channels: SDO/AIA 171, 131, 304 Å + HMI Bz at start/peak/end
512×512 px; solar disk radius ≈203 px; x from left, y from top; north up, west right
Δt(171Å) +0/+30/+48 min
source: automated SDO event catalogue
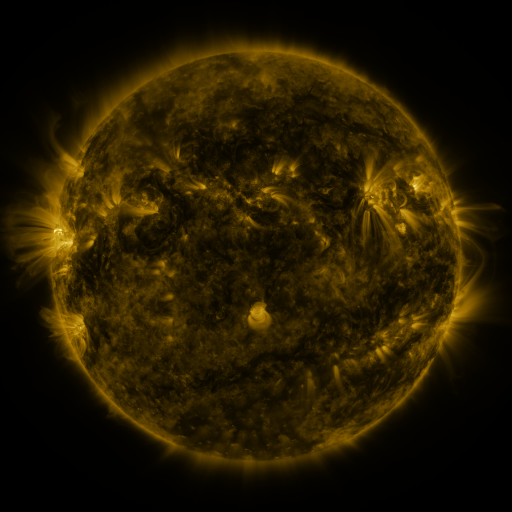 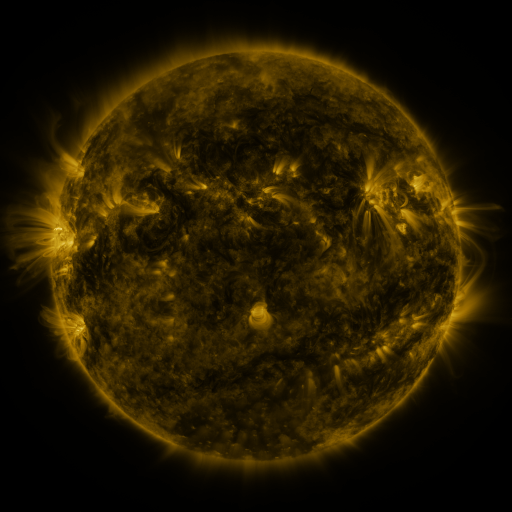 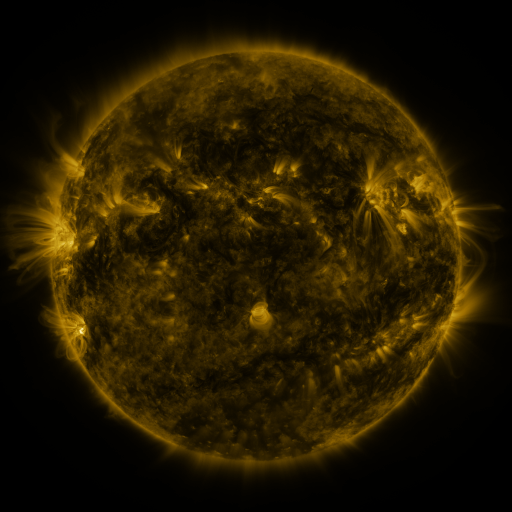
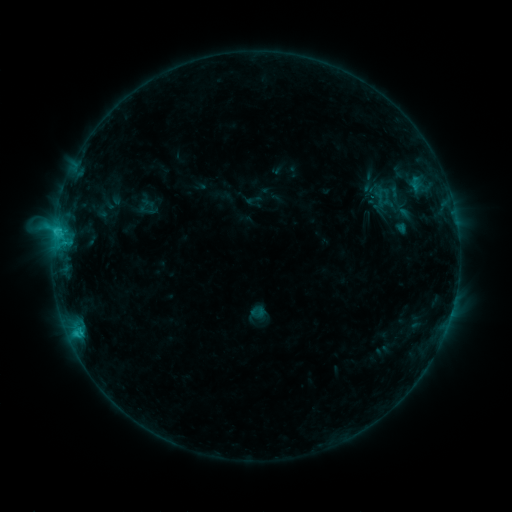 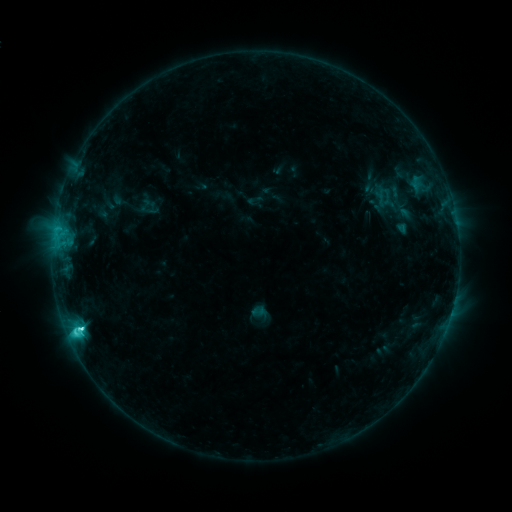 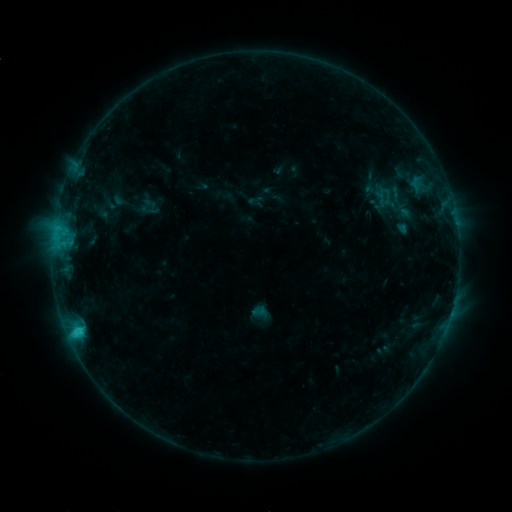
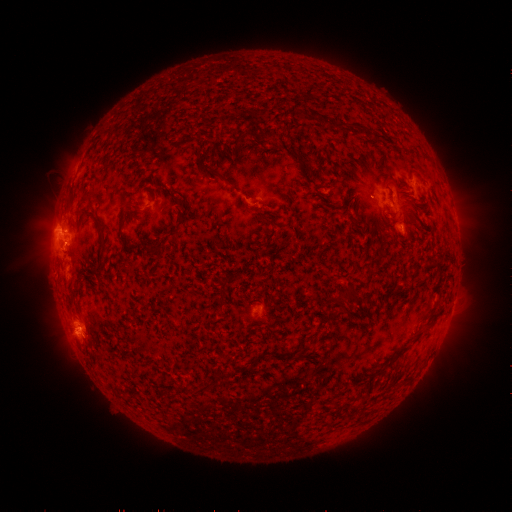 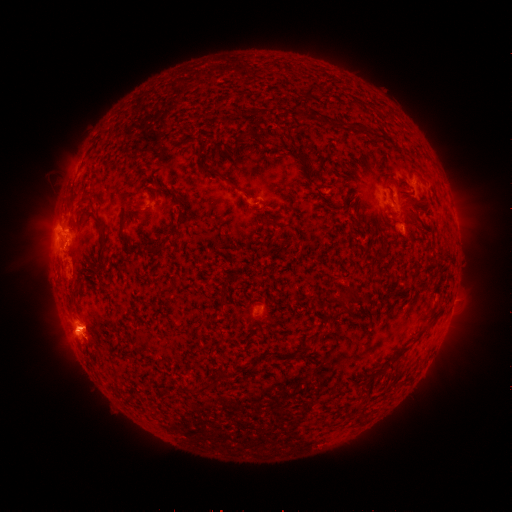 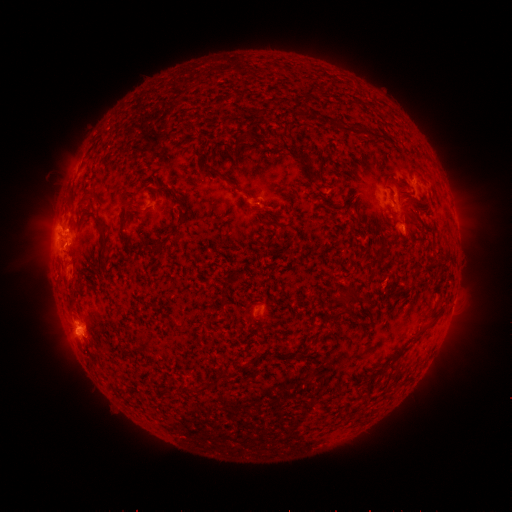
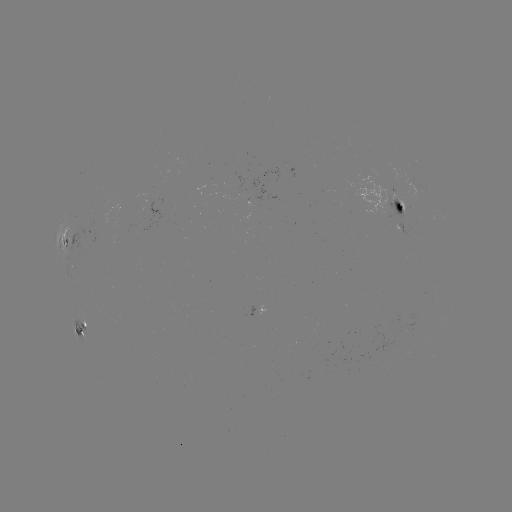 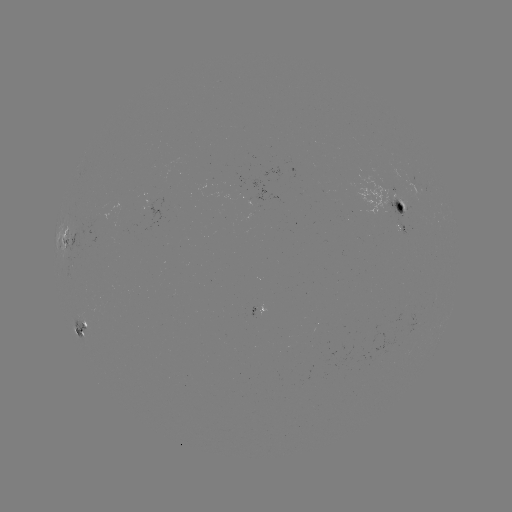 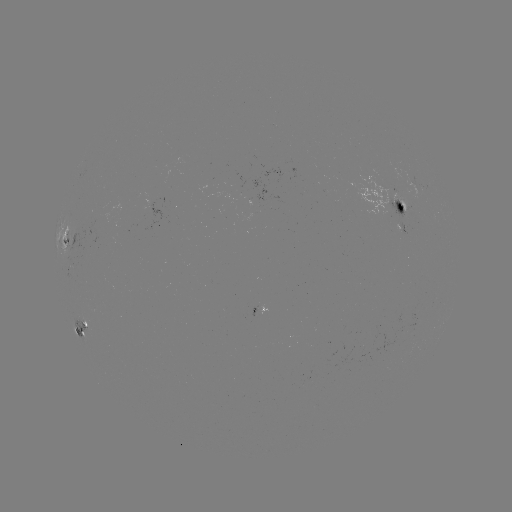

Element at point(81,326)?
C4.1 flare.